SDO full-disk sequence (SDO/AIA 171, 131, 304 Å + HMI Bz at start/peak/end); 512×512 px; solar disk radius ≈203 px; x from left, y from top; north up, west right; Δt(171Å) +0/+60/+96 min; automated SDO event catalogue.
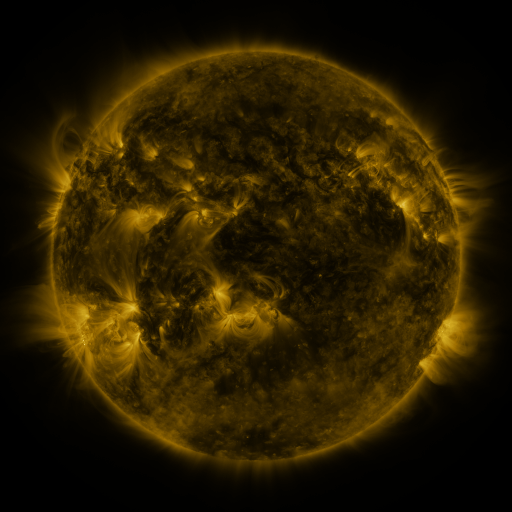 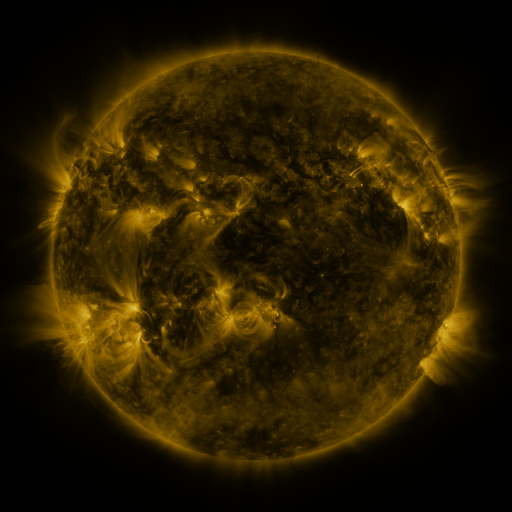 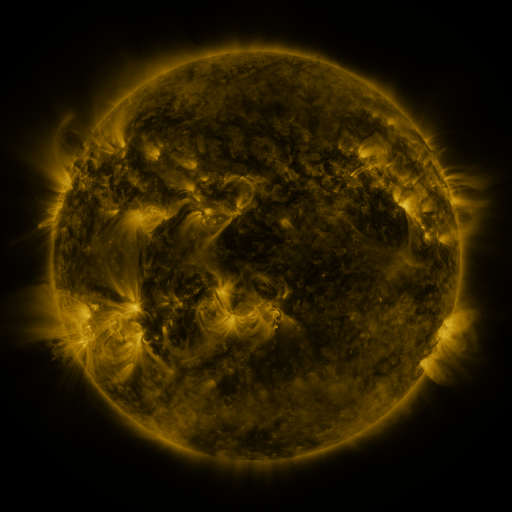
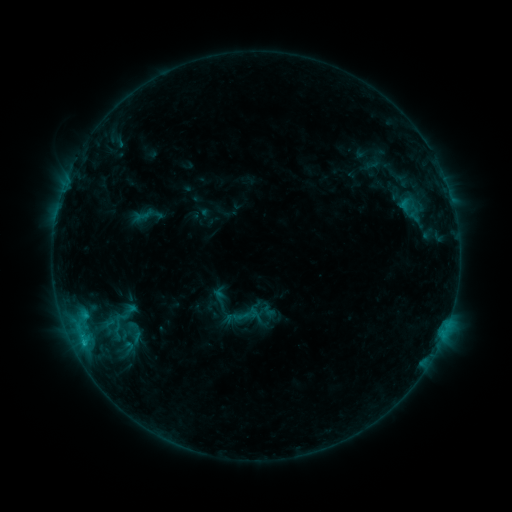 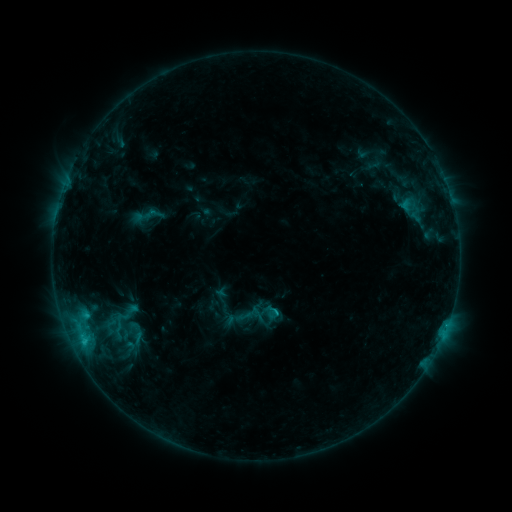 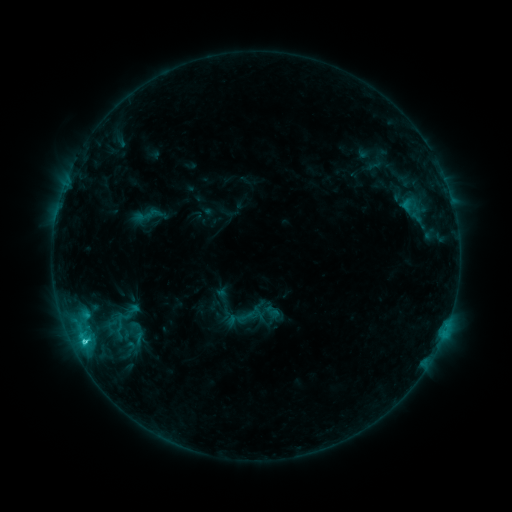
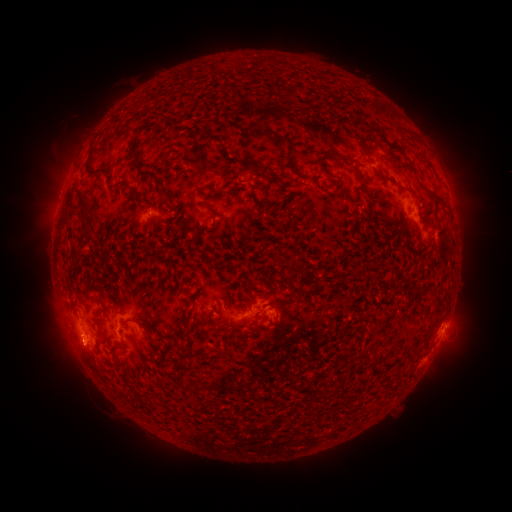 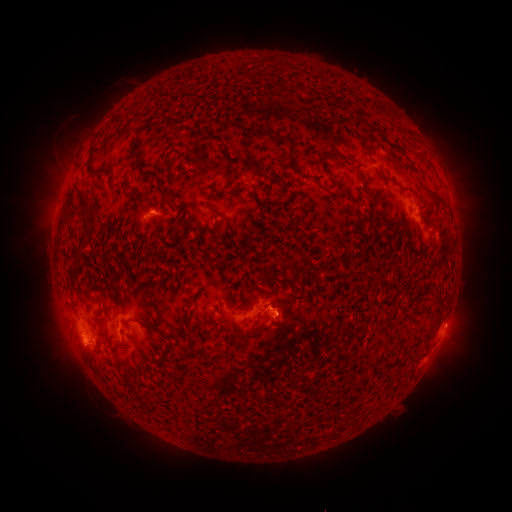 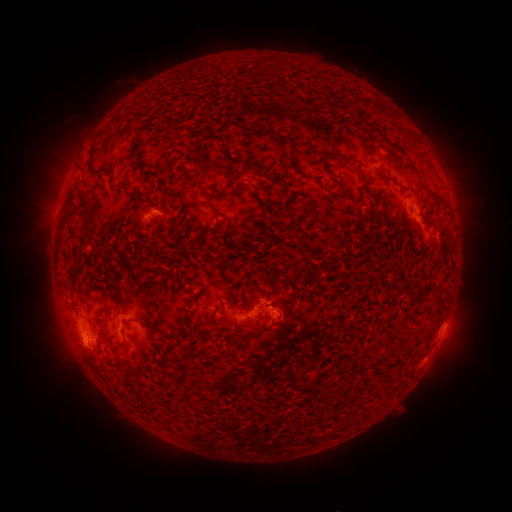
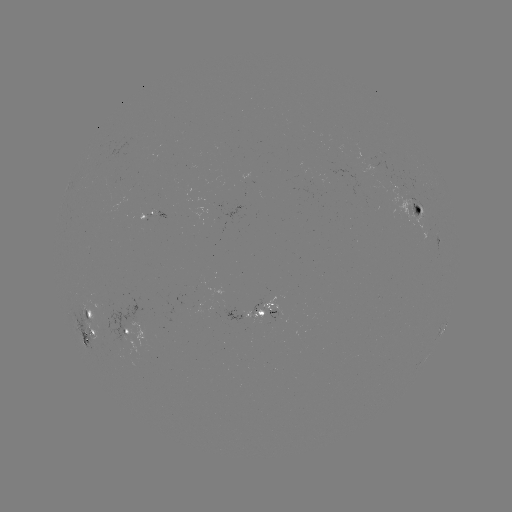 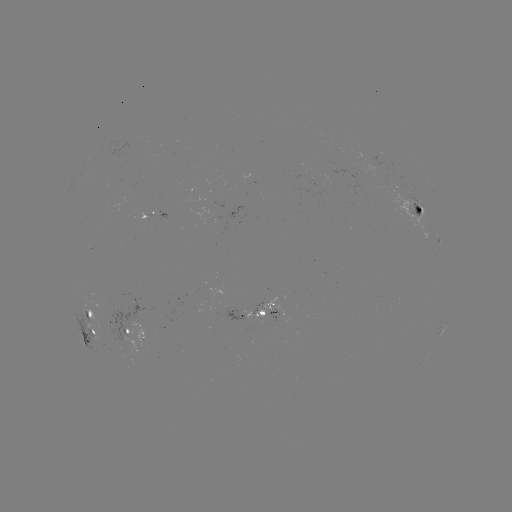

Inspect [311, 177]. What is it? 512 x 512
emerging-flux region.